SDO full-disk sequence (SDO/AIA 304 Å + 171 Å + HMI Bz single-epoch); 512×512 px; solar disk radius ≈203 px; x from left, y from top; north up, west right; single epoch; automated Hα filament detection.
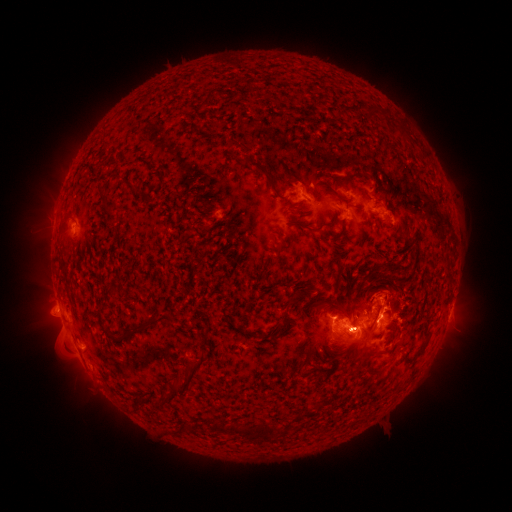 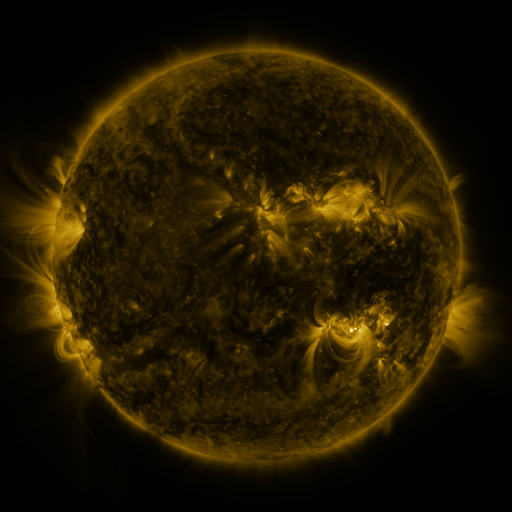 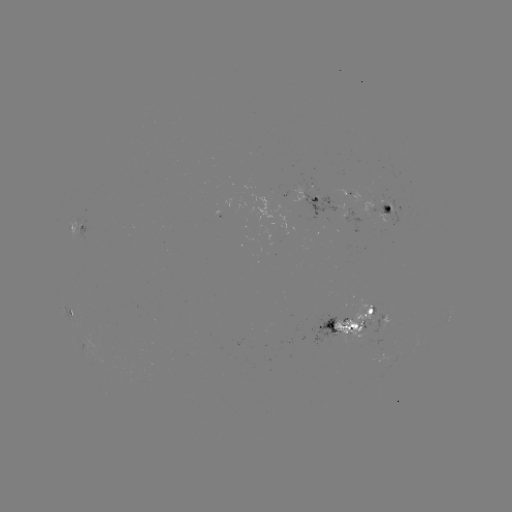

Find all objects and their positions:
filament: (260, 167)
filament: (375, 188)
filament: (376, 296)
filament: (290, 300)
filament: (340, 310)
filament: (157, 318)
filament: (329, 327)
filament: (128, 329)
filament: (382, 354)
filament: (376, 372)
filament: (189, 376)
filament: (265, 433)
